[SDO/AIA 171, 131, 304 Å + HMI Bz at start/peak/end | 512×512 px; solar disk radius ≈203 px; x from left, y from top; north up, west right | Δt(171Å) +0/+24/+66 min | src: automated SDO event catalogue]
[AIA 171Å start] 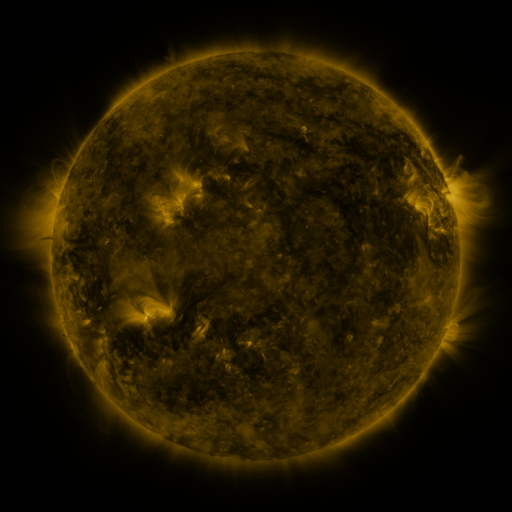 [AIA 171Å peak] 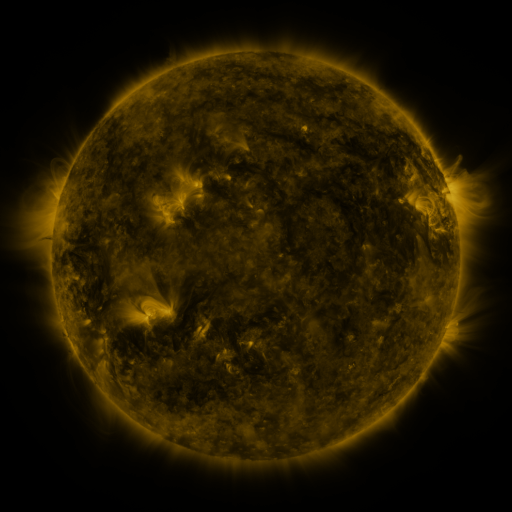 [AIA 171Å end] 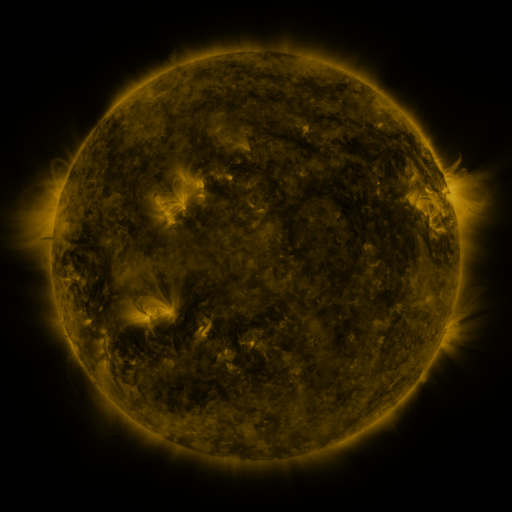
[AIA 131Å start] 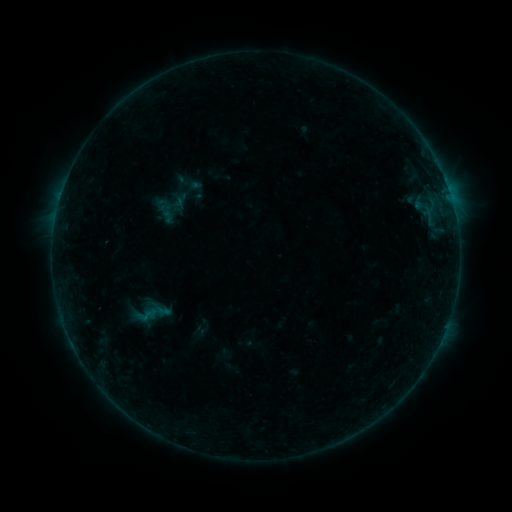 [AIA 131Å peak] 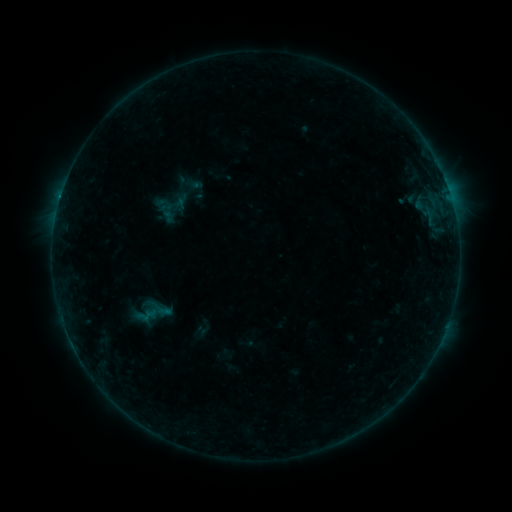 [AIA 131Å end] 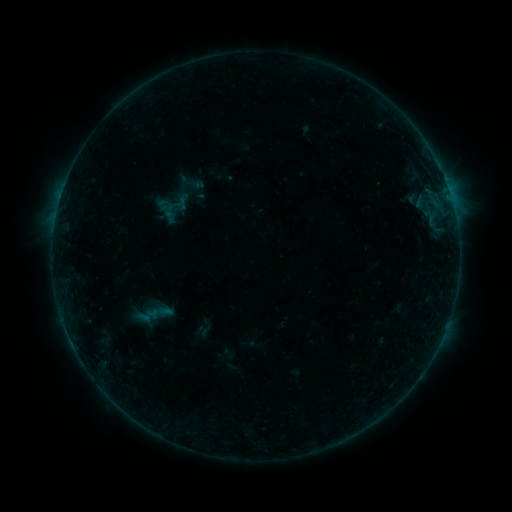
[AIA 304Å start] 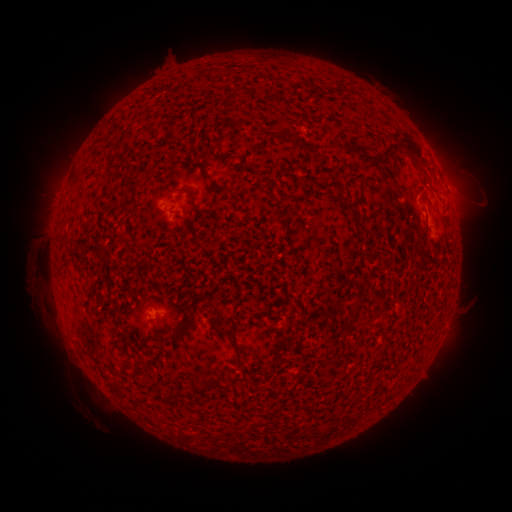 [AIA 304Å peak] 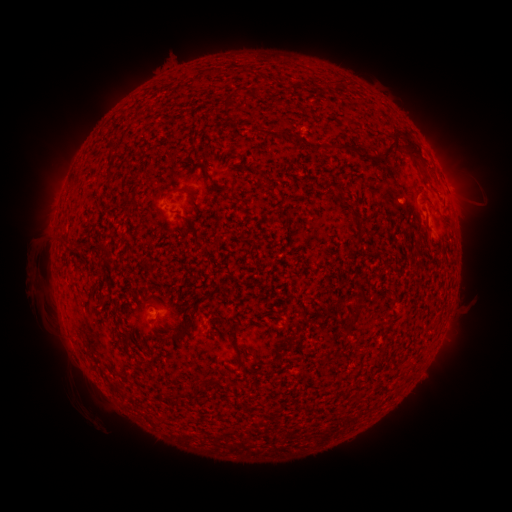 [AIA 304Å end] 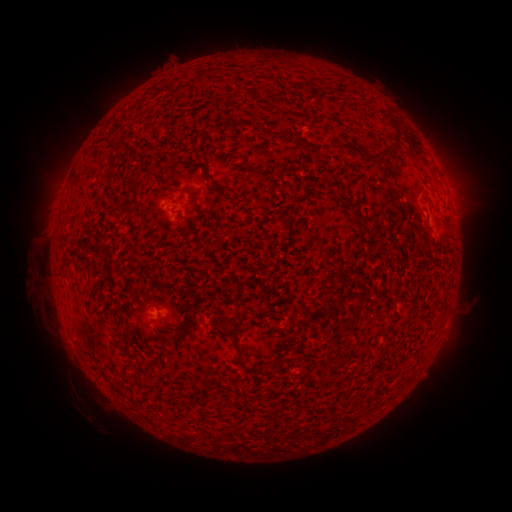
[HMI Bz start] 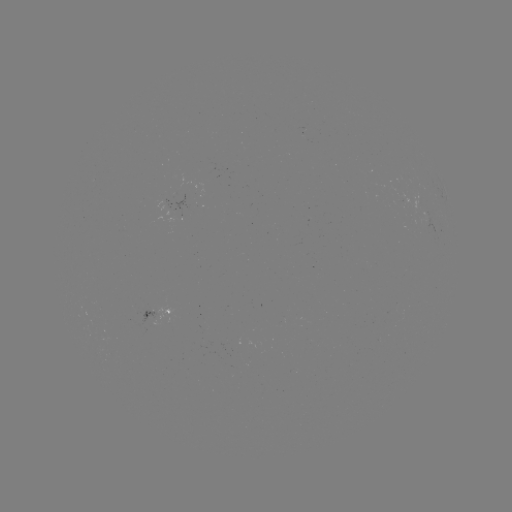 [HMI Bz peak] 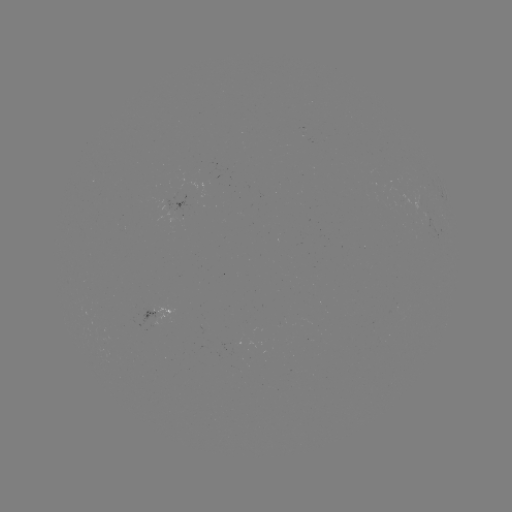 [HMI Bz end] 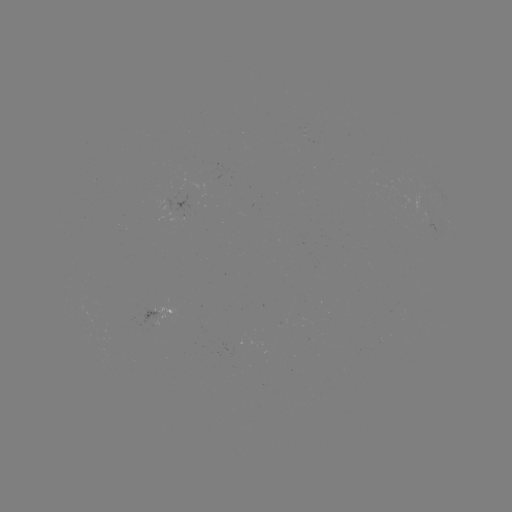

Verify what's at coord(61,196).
B3.1 flare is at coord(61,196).